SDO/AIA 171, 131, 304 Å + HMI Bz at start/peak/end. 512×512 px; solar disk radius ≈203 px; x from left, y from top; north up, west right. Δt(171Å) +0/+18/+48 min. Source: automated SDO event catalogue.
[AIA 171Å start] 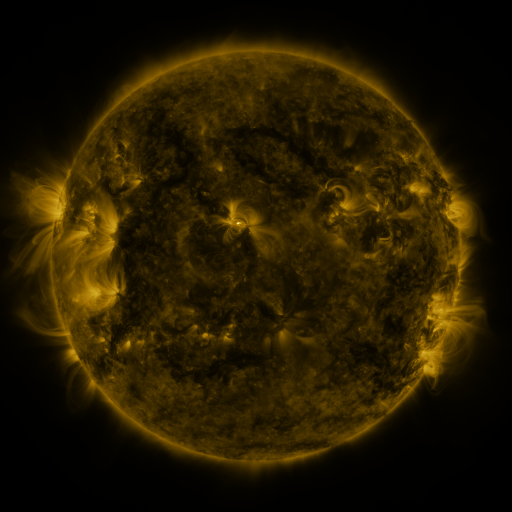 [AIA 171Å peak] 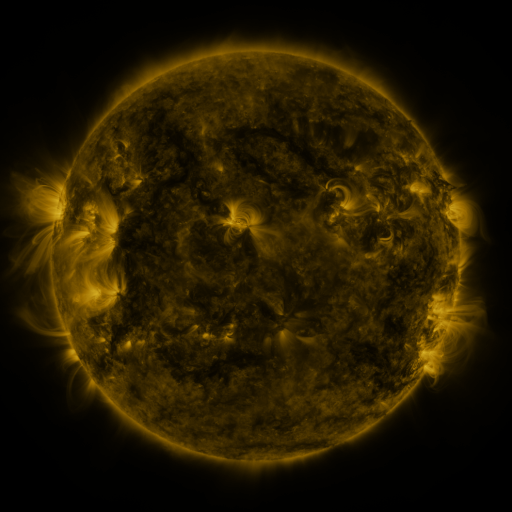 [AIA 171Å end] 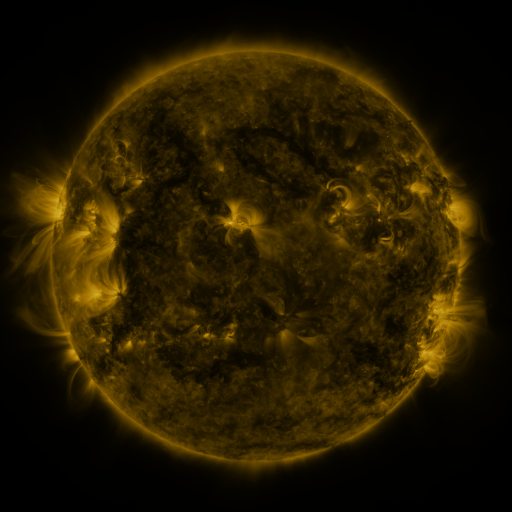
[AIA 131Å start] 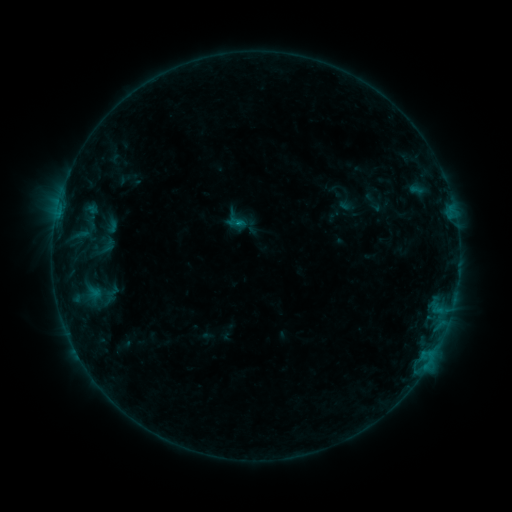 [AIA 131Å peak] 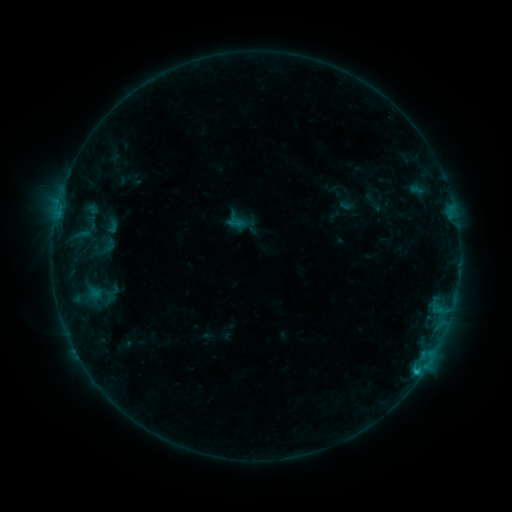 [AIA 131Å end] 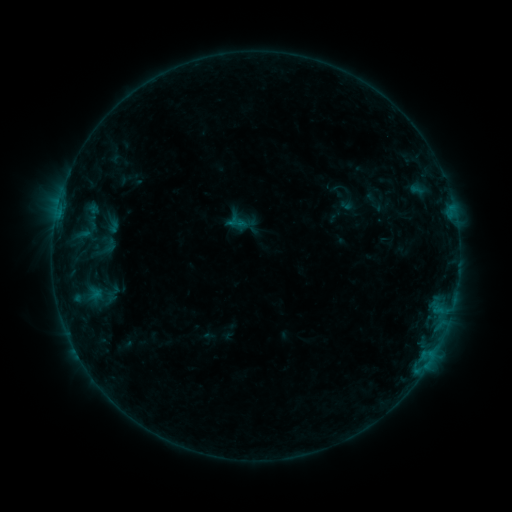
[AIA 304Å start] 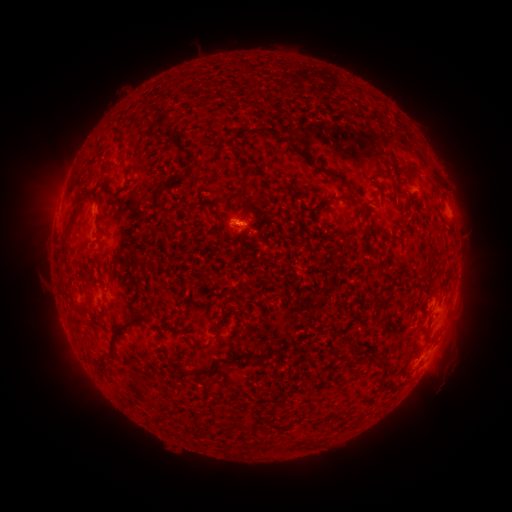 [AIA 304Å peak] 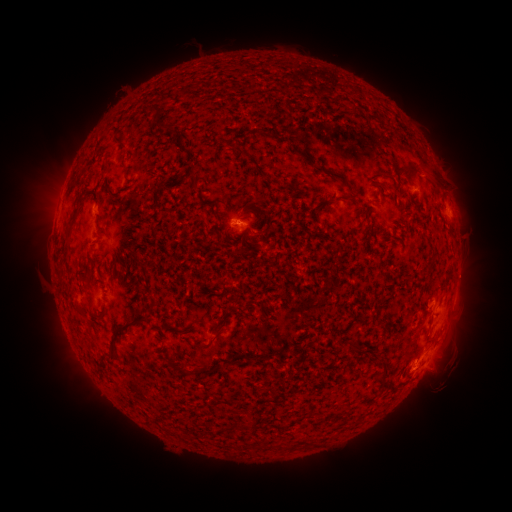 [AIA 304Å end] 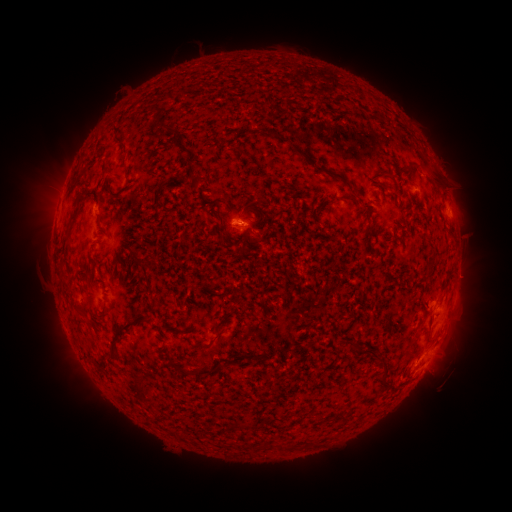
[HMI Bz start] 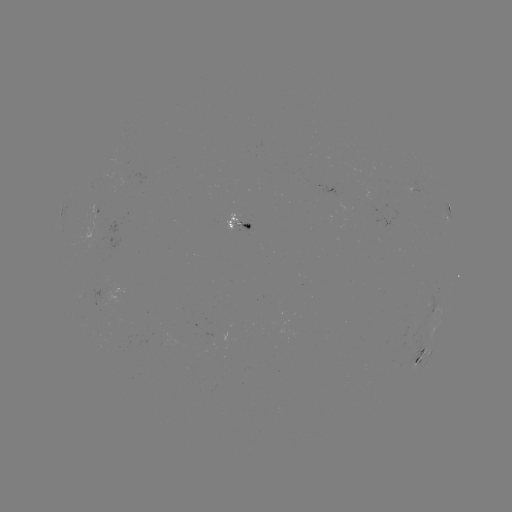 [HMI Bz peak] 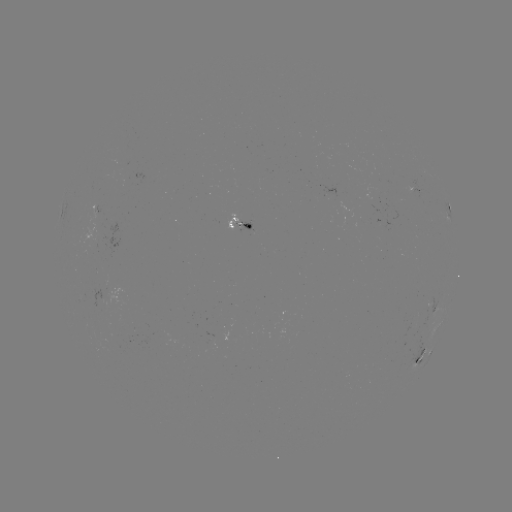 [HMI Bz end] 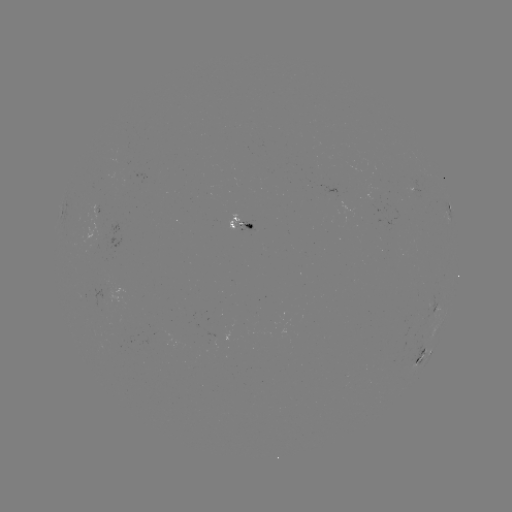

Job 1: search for B7.6 flare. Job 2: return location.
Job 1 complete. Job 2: [417, 369].